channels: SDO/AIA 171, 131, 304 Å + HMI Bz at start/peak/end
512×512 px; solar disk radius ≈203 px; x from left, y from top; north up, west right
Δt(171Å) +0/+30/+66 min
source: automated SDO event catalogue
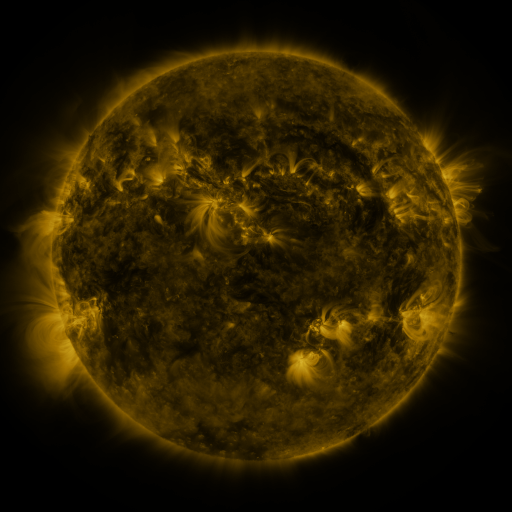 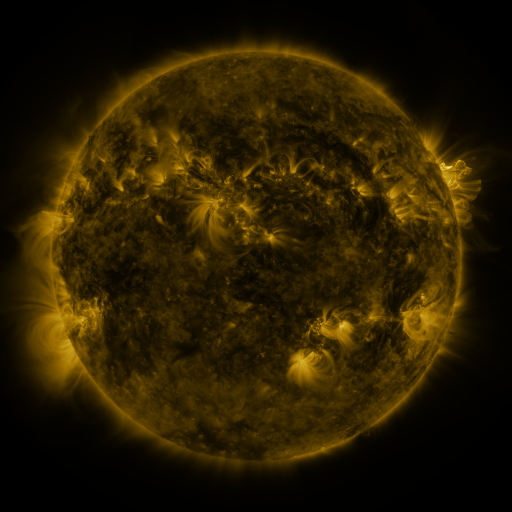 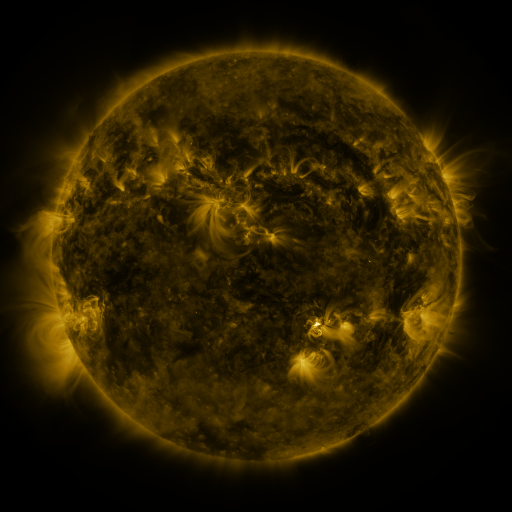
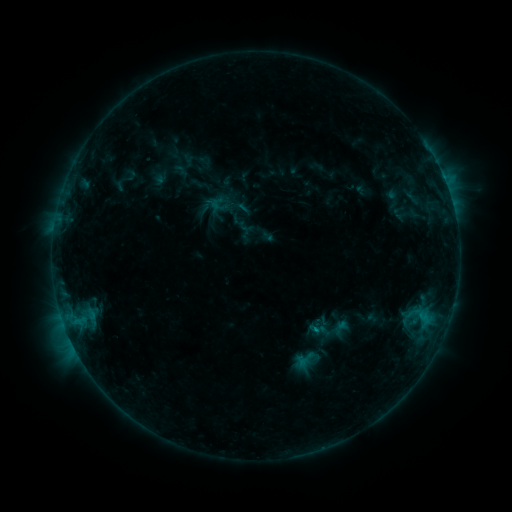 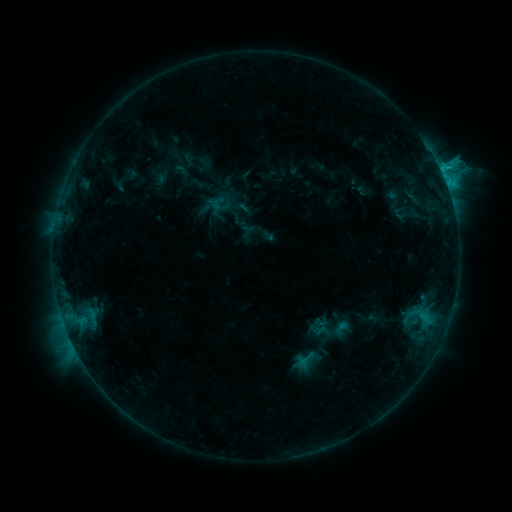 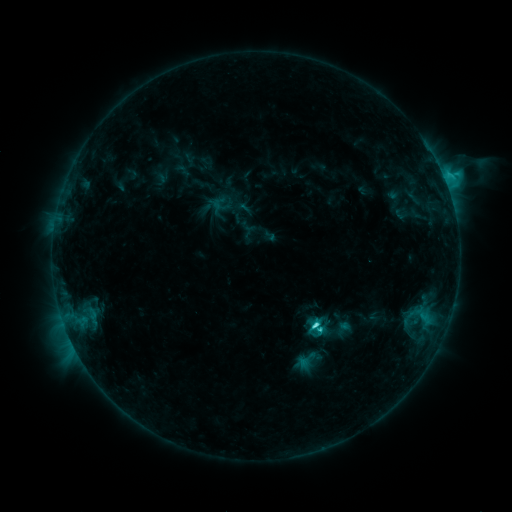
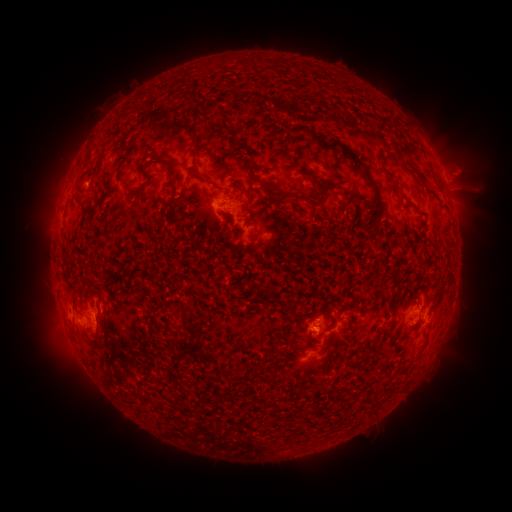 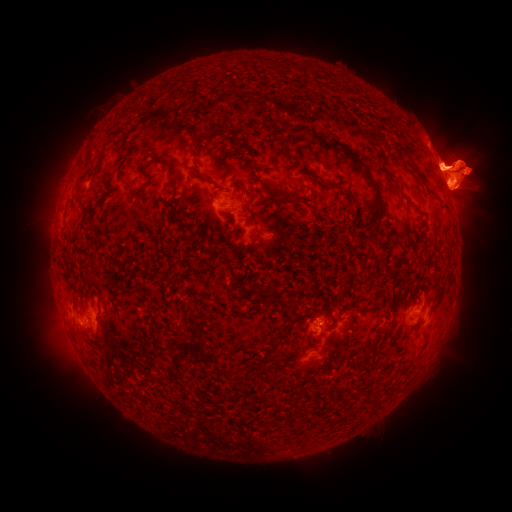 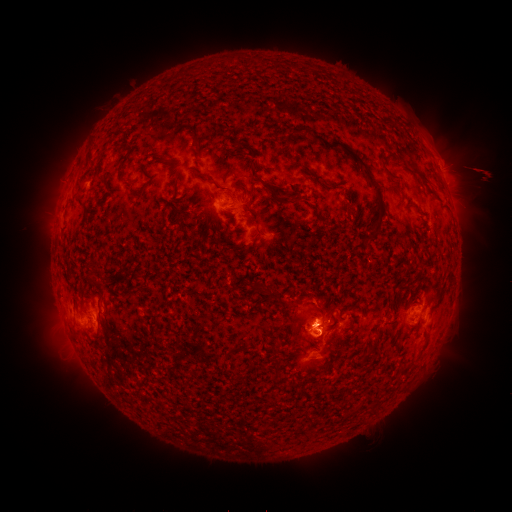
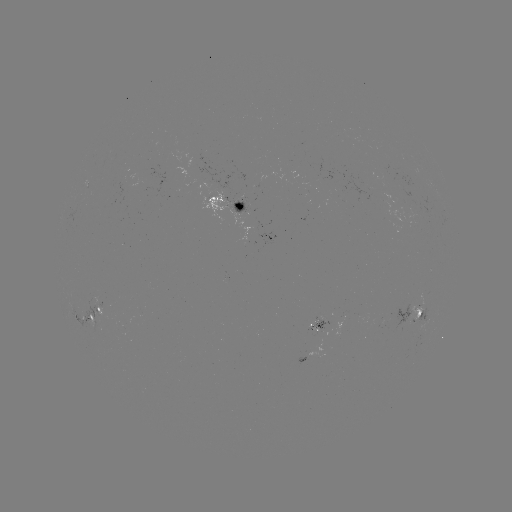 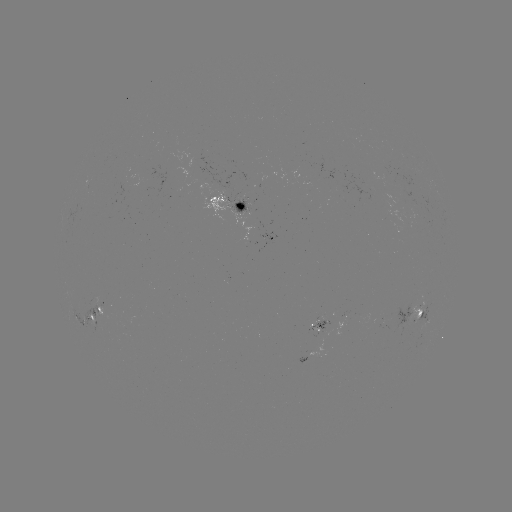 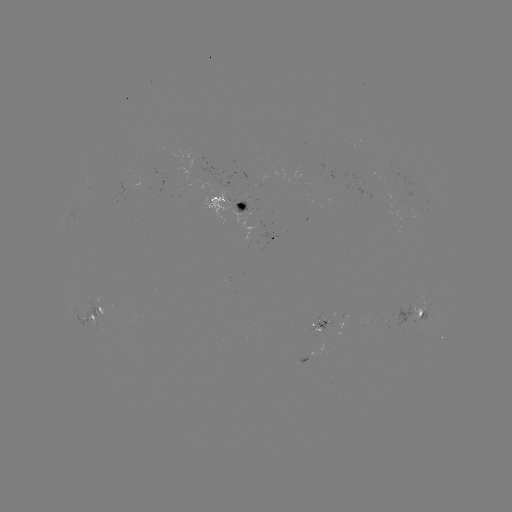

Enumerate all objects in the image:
eruption: (455, 173)
